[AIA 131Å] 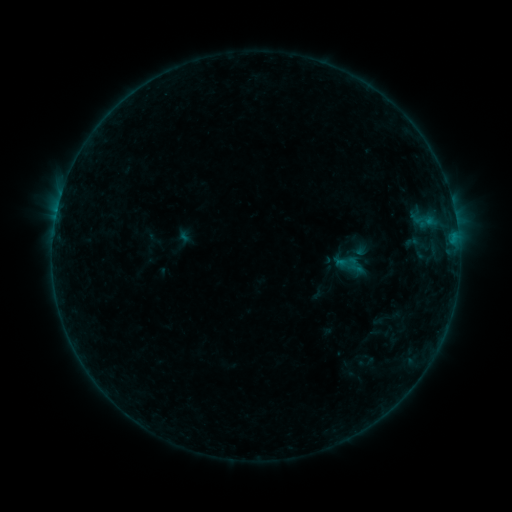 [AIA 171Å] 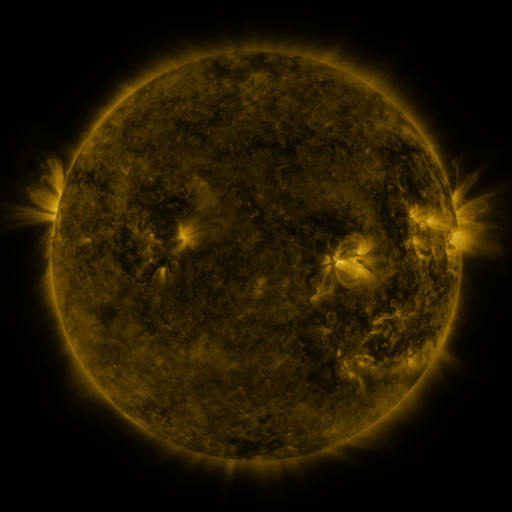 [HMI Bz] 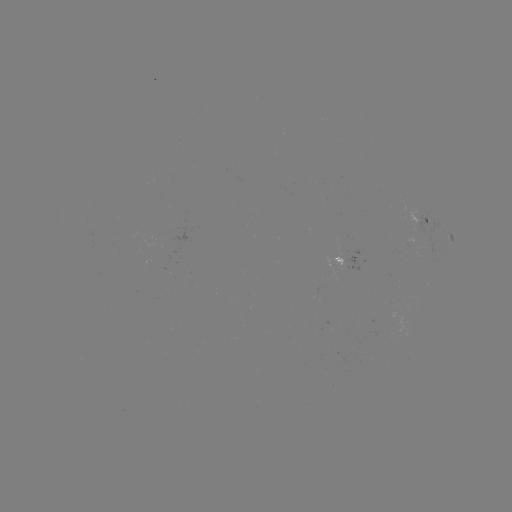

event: sigmoid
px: (348, 264)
